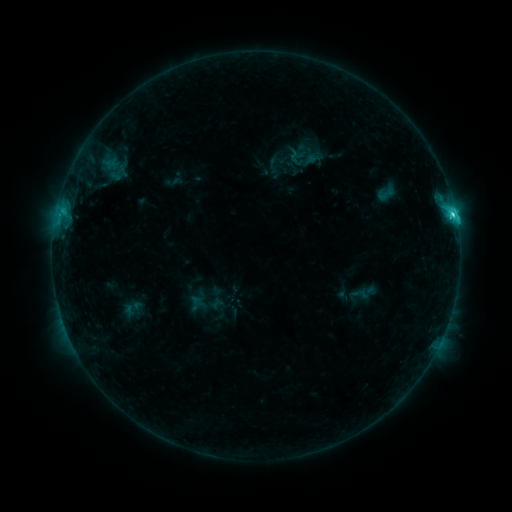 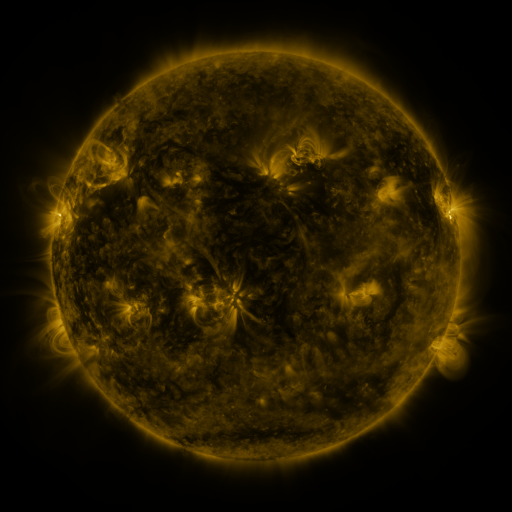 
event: sigmoid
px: (118, 172)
